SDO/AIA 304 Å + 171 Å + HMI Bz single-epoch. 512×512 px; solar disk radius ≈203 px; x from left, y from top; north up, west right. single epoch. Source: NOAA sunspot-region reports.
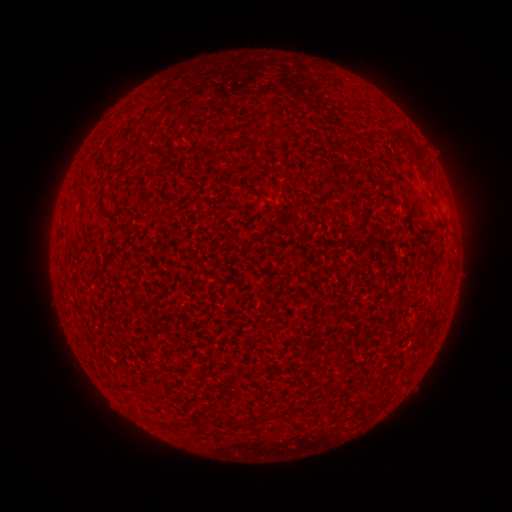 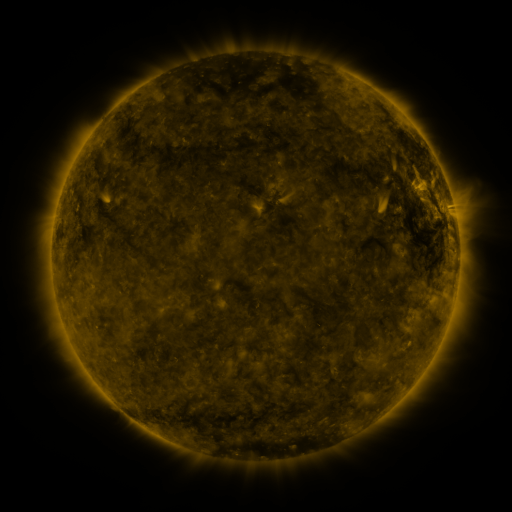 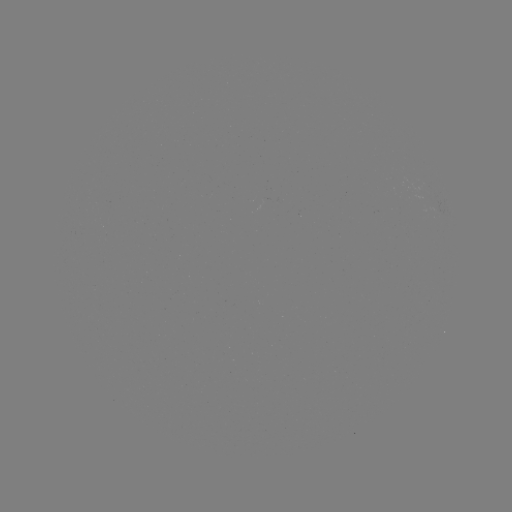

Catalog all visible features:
(none)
